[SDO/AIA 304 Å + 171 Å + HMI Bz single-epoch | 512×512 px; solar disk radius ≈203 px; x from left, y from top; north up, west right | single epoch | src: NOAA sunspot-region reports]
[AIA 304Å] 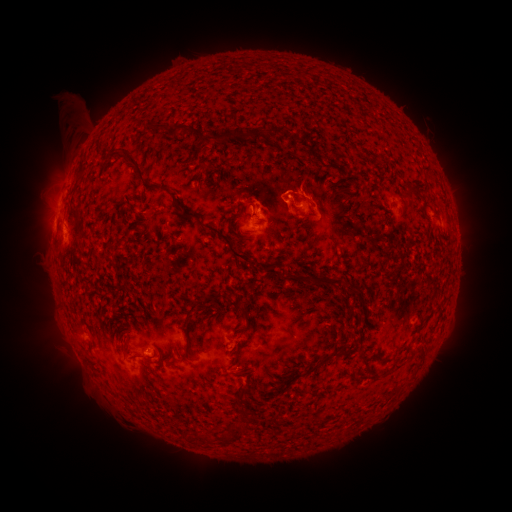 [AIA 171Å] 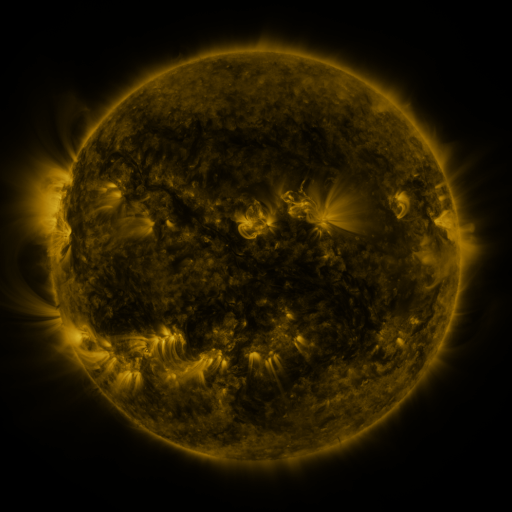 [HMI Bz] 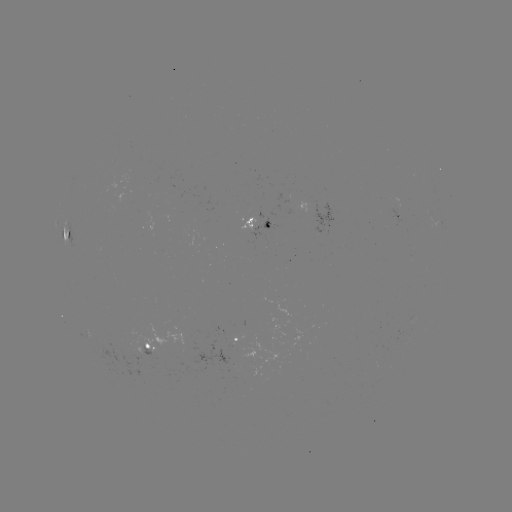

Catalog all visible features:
spotted active region: (398, 213)
spotted active region: (256, 224)
spotted active region: (68, 233)
spotted active region: (238, 339)
spotted active region: (152, 348)
